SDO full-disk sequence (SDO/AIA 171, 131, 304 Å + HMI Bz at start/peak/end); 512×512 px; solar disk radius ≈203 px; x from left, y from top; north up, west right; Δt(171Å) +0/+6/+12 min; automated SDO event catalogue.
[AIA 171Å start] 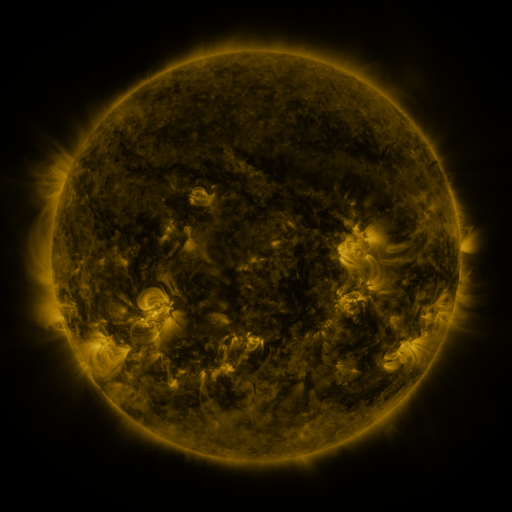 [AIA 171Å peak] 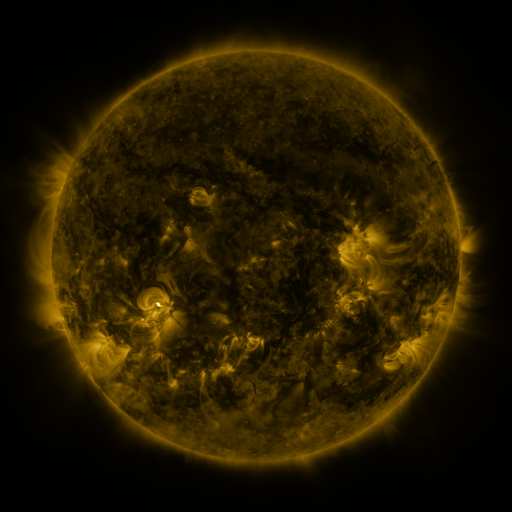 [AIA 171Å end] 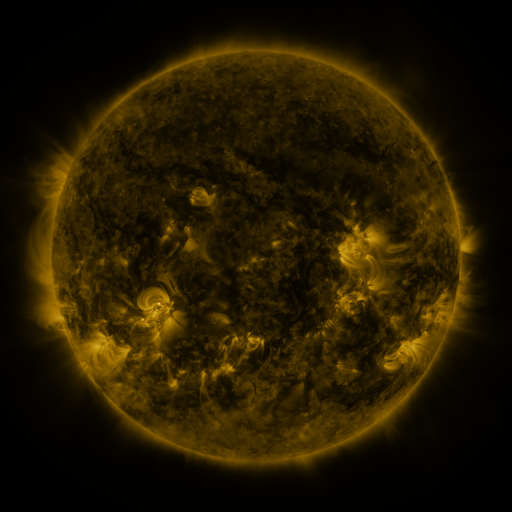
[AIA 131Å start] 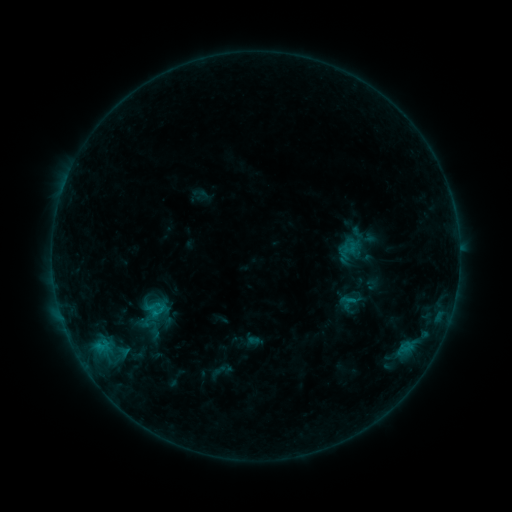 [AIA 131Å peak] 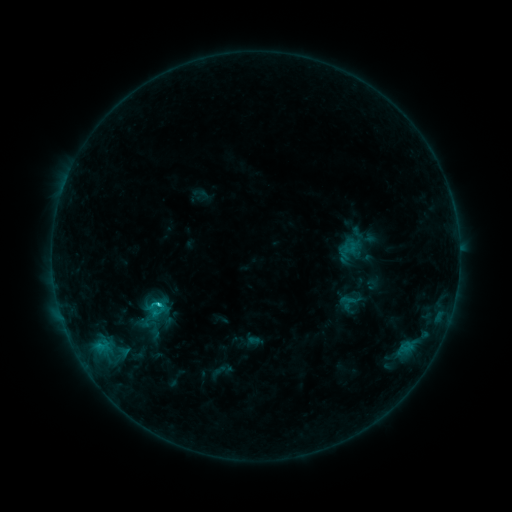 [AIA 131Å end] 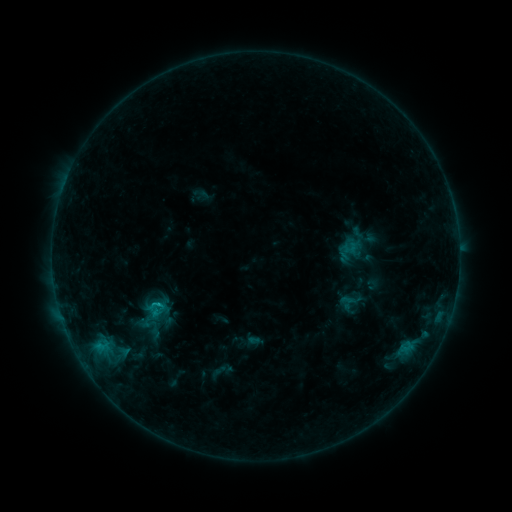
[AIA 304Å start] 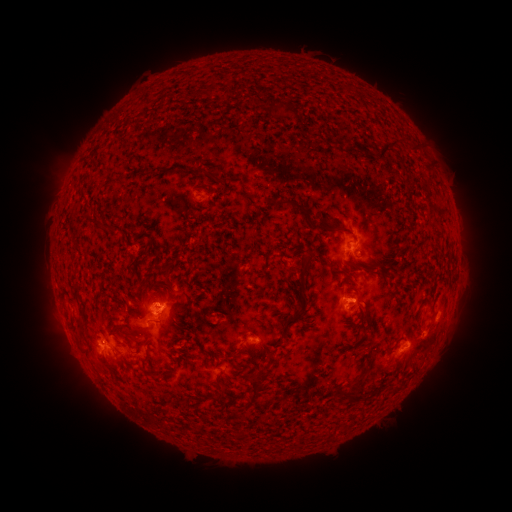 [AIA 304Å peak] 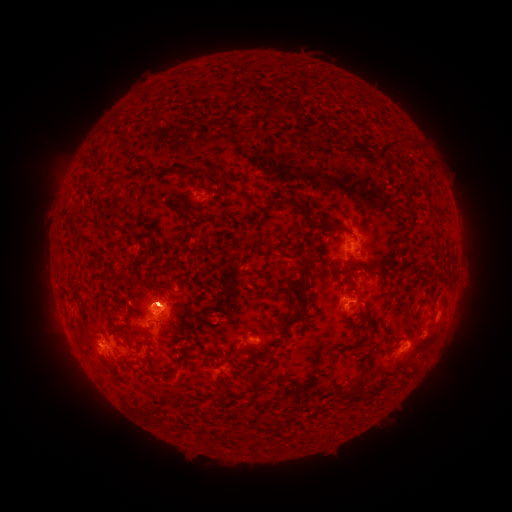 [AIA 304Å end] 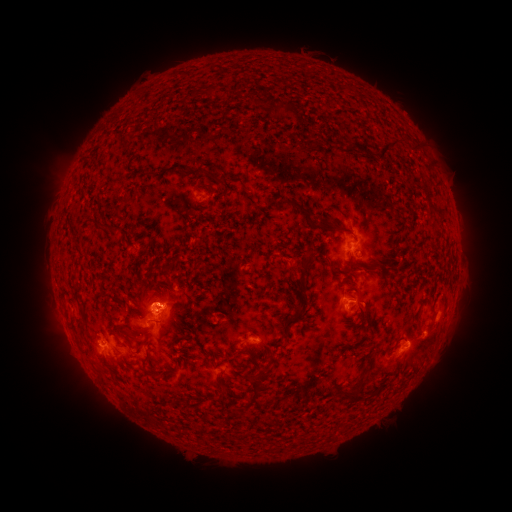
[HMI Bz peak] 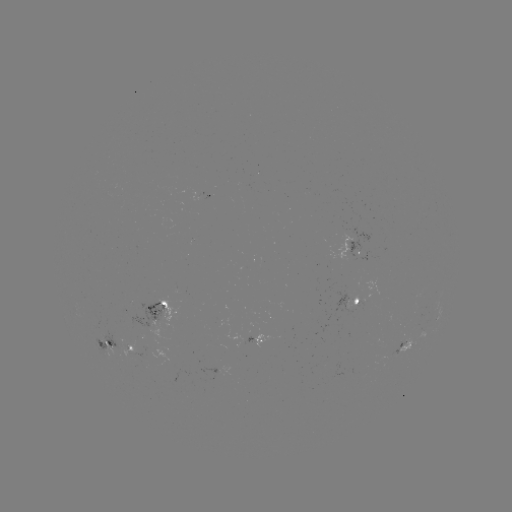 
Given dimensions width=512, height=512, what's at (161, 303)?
C1.6 flare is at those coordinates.